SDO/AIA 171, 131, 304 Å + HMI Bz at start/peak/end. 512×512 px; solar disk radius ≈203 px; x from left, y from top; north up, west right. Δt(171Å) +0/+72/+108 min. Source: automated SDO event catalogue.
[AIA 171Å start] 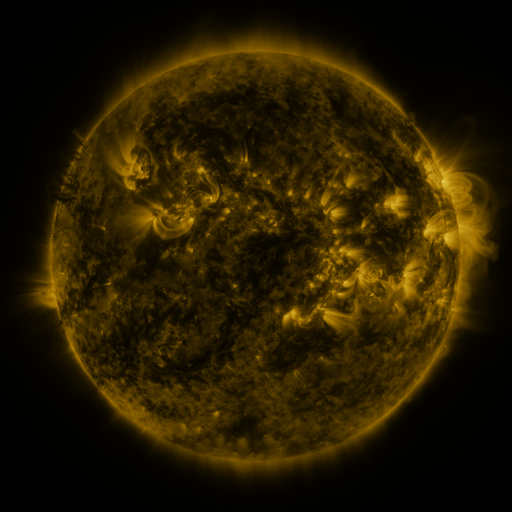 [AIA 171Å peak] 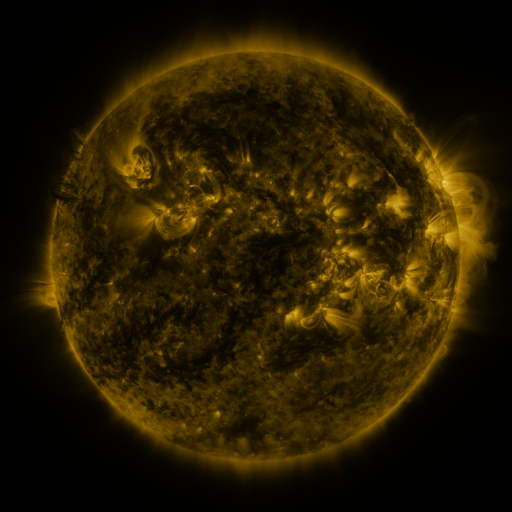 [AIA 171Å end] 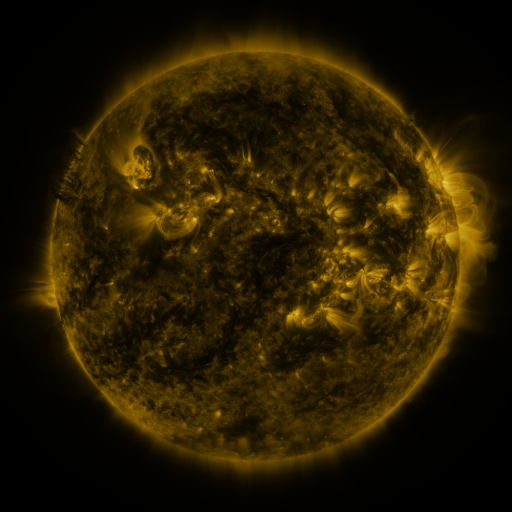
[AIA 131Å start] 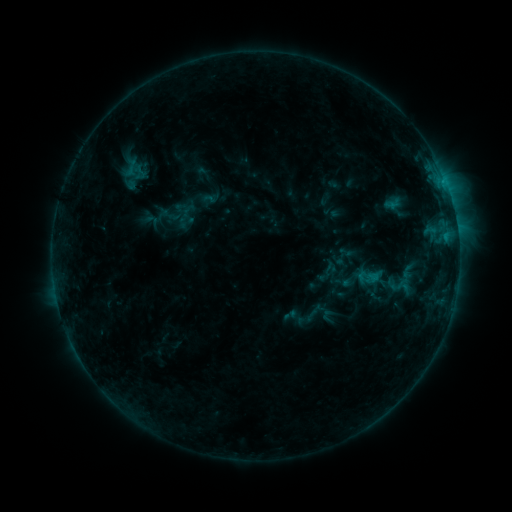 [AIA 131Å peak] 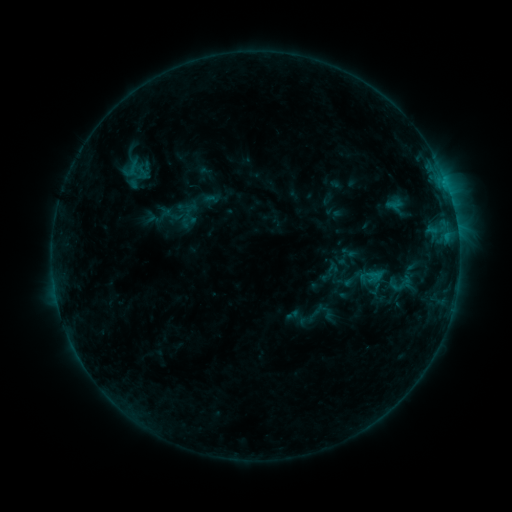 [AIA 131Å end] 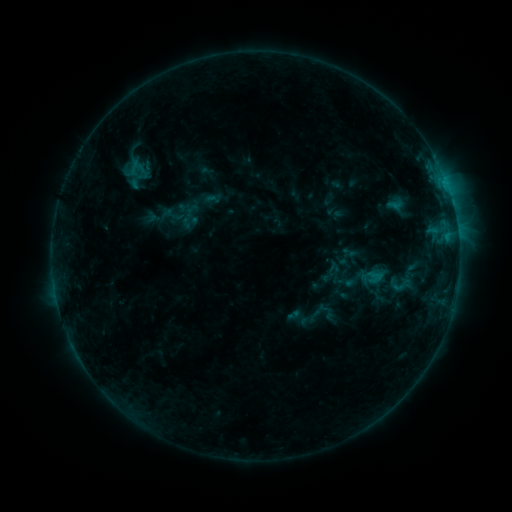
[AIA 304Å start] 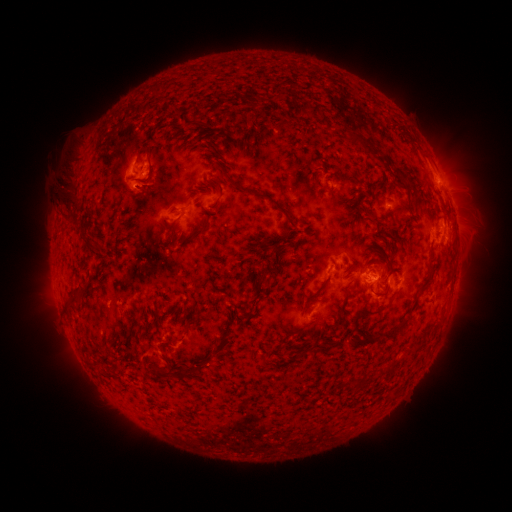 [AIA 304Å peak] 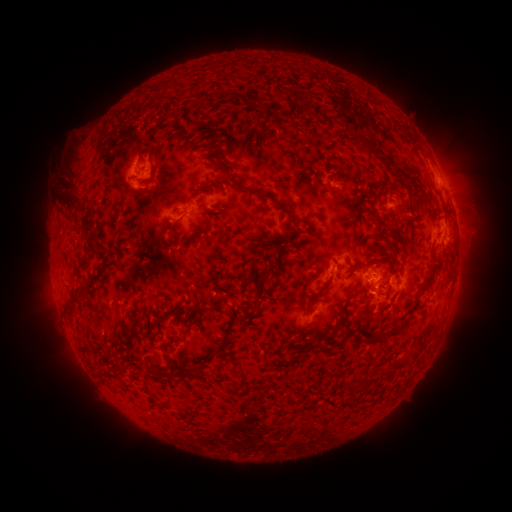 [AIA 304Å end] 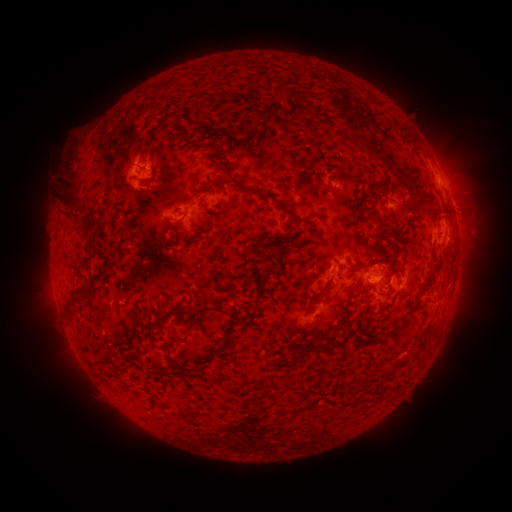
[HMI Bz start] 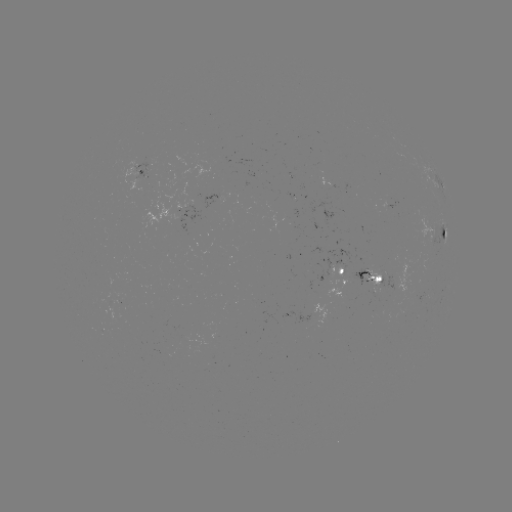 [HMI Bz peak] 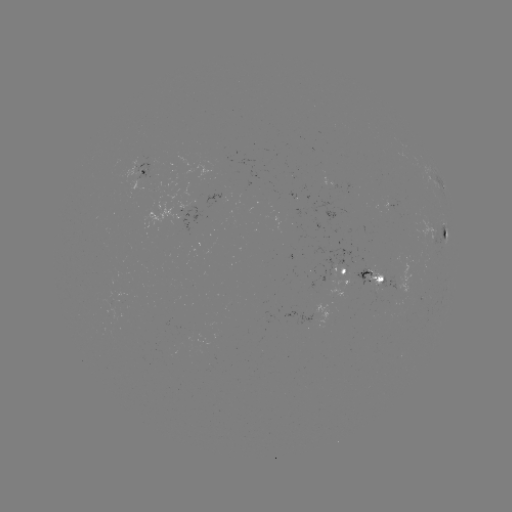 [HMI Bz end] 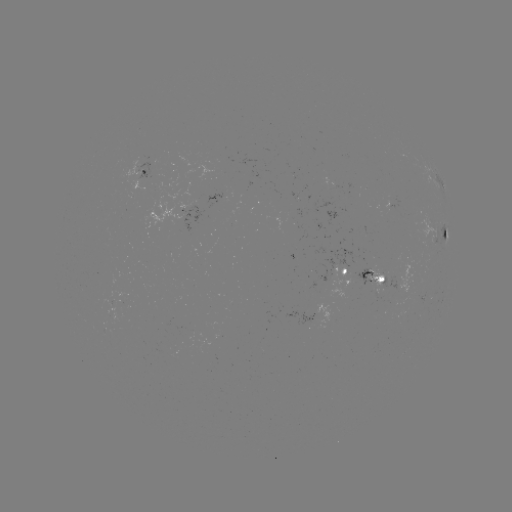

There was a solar emerging-flux region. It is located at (395, 292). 